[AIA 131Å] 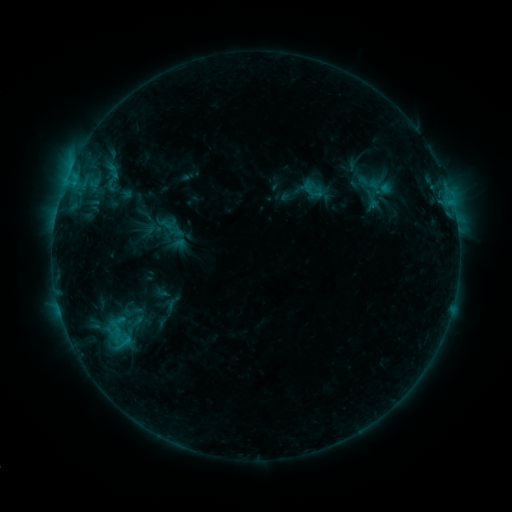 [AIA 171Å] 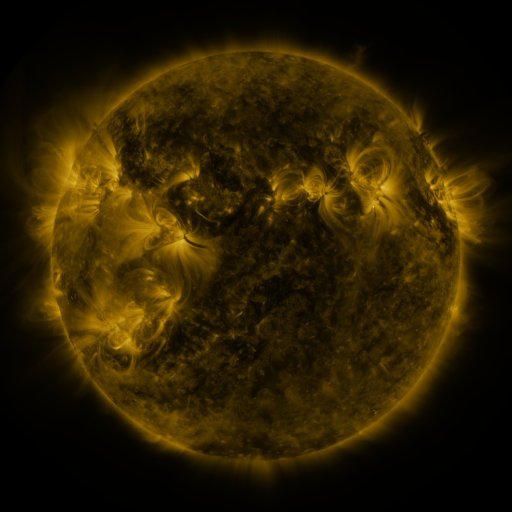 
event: sigmoid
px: (131, 312)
